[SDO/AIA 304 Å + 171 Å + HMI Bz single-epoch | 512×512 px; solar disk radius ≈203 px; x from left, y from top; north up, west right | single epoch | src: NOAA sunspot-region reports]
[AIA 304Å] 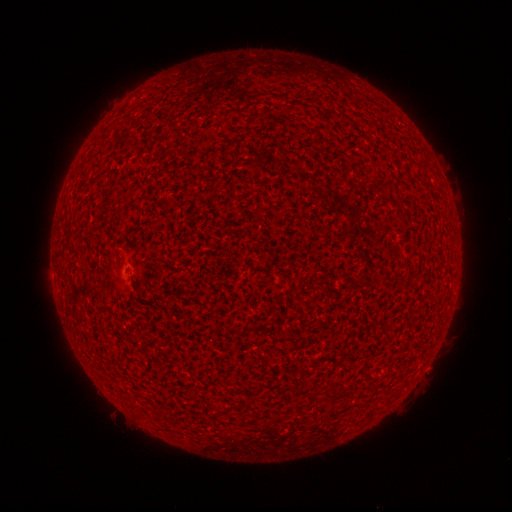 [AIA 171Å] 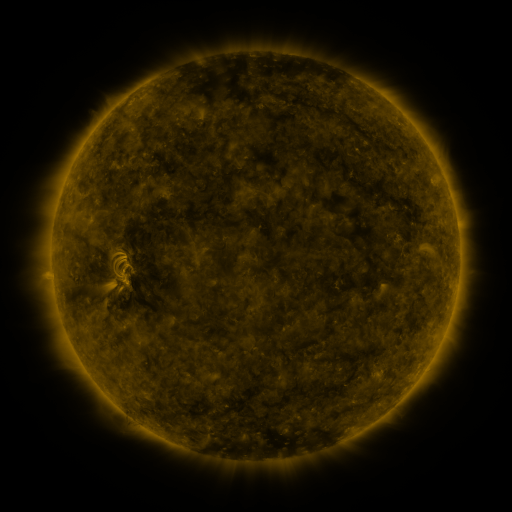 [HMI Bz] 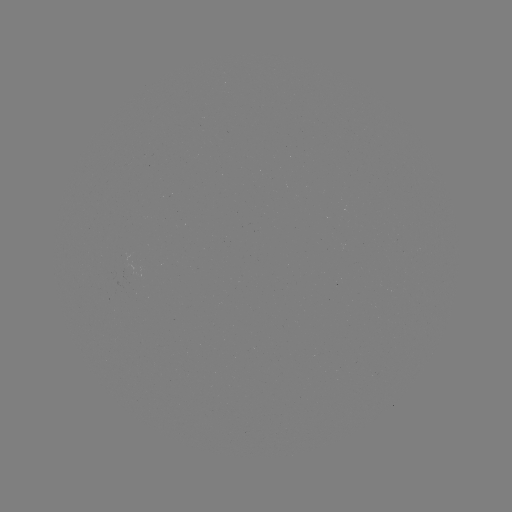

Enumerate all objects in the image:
(none)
